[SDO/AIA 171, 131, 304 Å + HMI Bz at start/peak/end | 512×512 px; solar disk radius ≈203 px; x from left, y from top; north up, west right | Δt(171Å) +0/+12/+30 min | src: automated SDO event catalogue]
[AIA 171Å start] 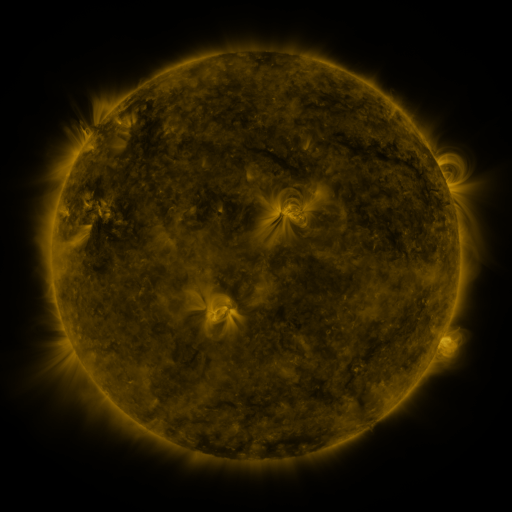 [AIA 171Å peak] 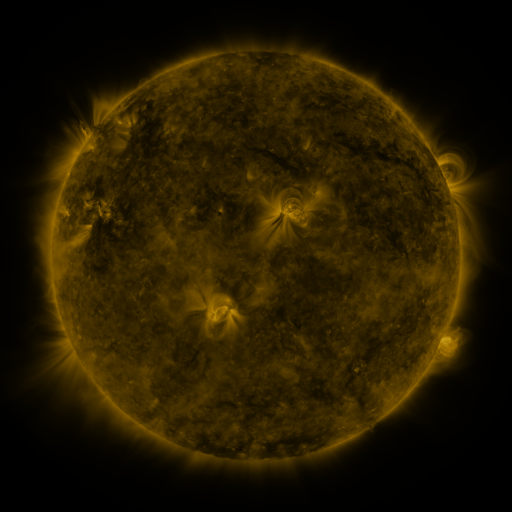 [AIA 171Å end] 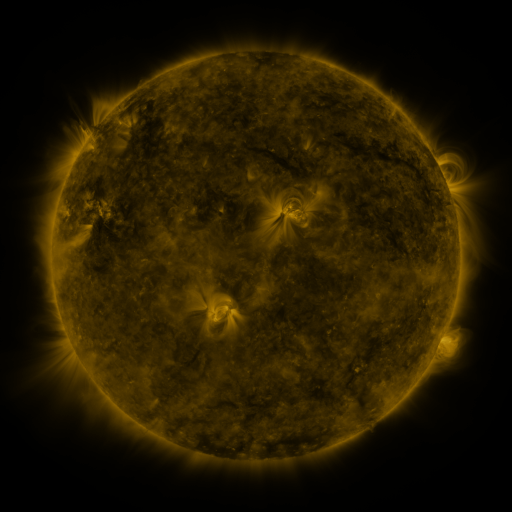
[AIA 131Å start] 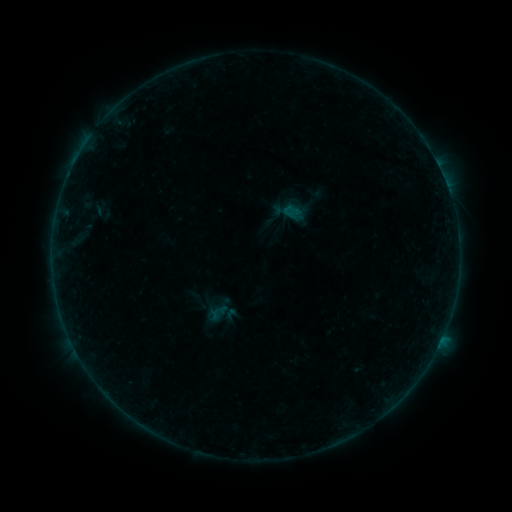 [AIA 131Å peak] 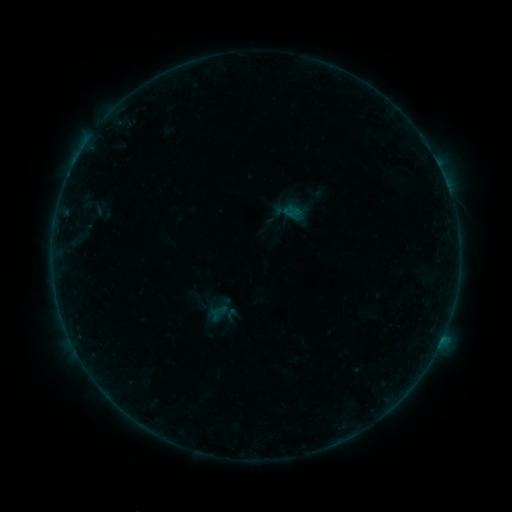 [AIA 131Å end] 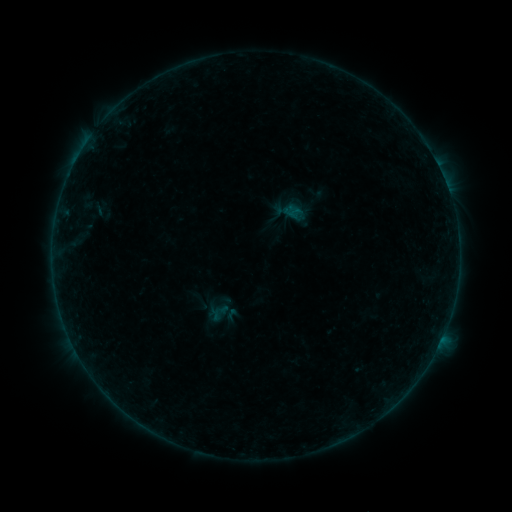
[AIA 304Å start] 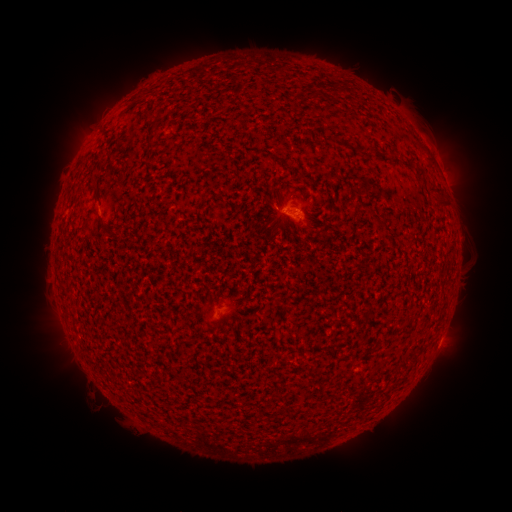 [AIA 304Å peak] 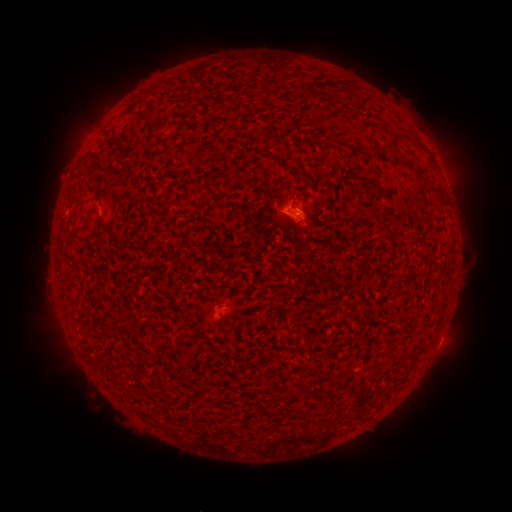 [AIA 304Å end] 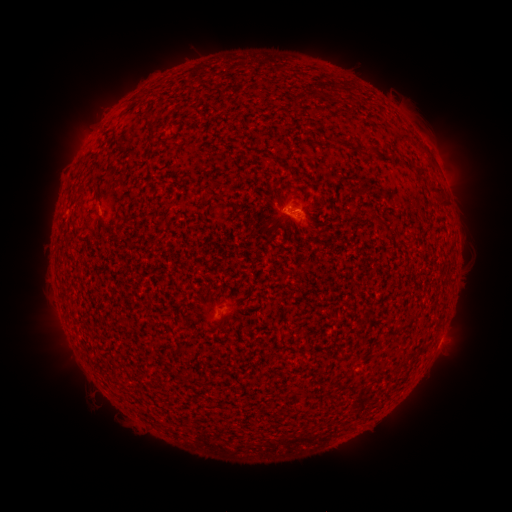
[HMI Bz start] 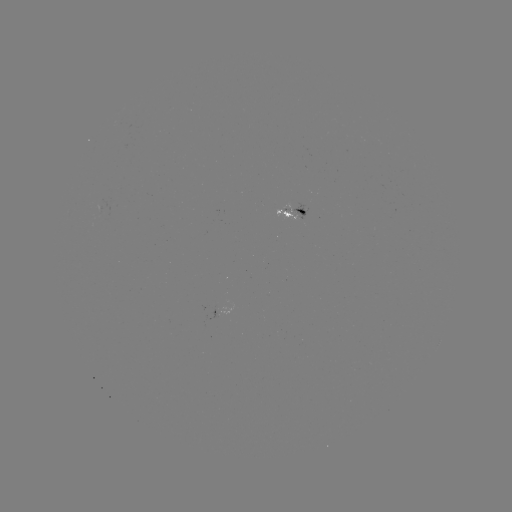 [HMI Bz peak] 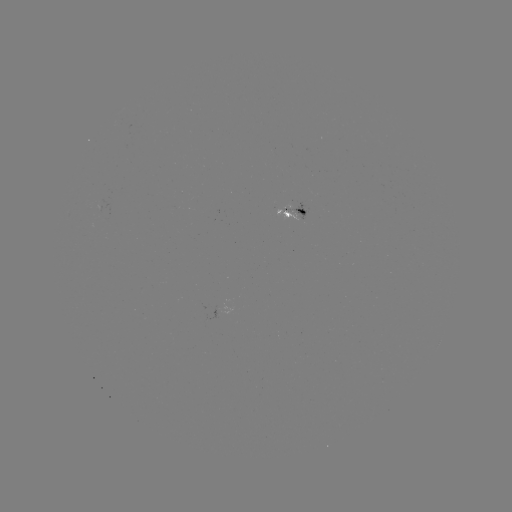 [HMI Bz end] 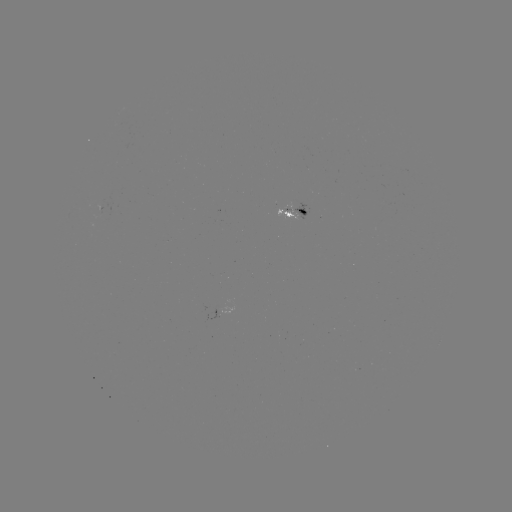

no flare in any classed list; no EUV-trigger detection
